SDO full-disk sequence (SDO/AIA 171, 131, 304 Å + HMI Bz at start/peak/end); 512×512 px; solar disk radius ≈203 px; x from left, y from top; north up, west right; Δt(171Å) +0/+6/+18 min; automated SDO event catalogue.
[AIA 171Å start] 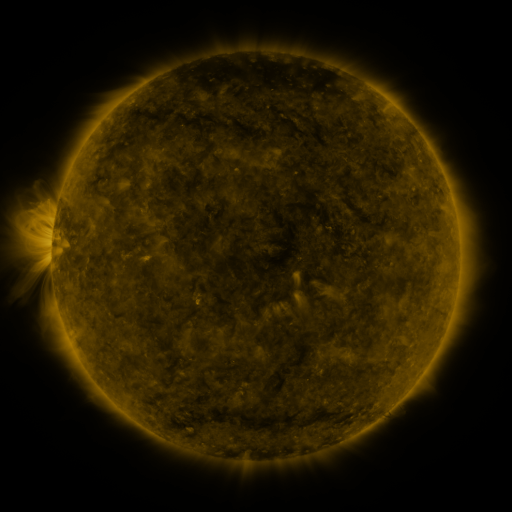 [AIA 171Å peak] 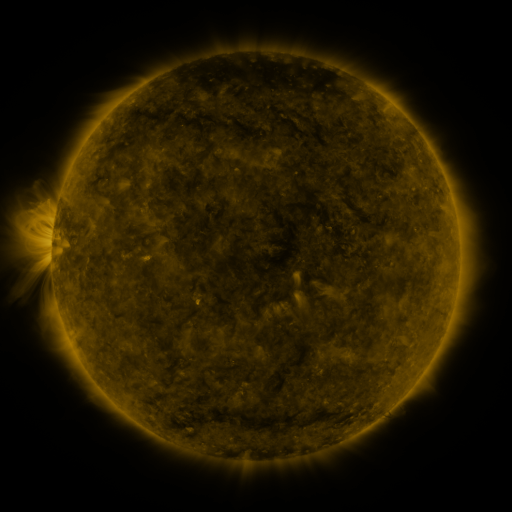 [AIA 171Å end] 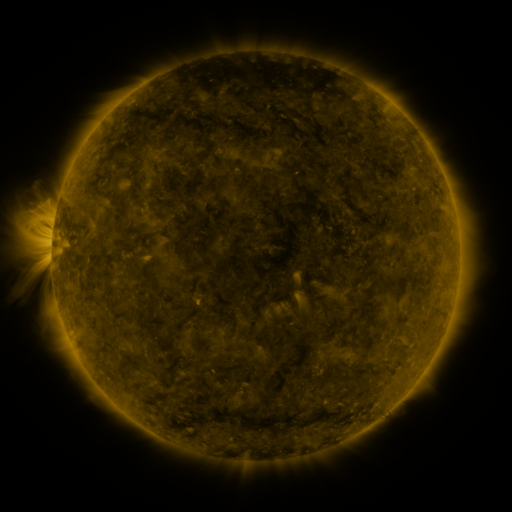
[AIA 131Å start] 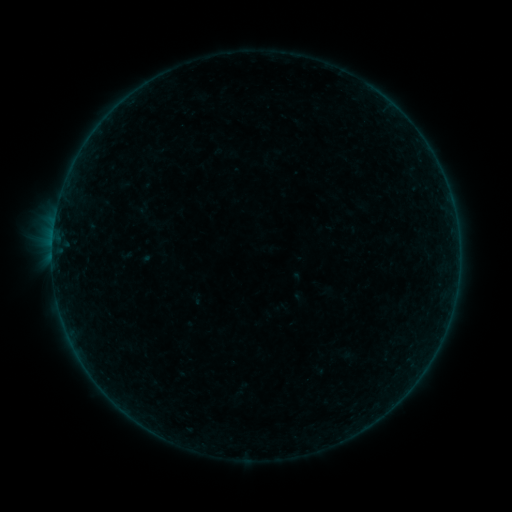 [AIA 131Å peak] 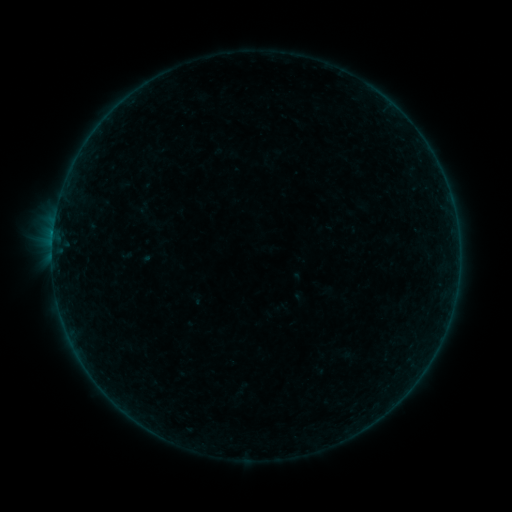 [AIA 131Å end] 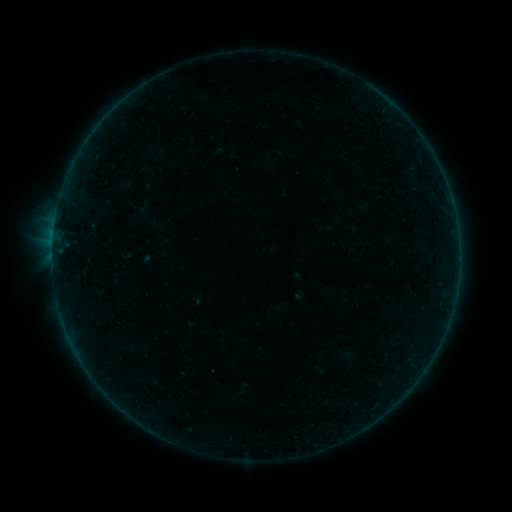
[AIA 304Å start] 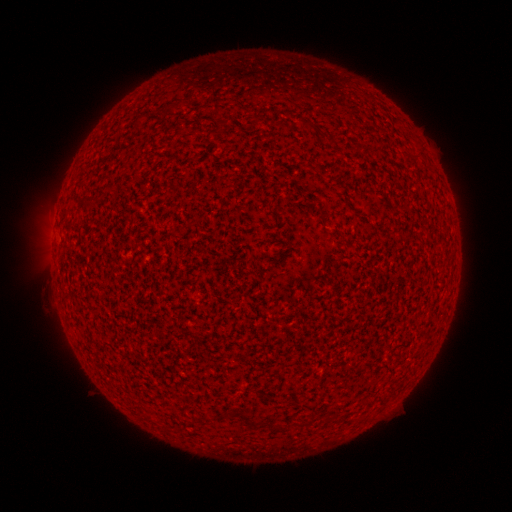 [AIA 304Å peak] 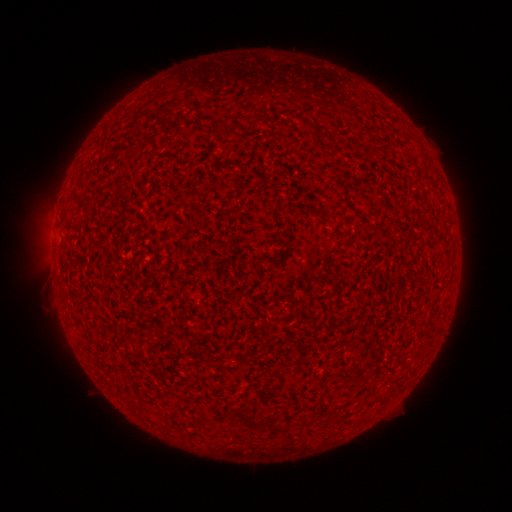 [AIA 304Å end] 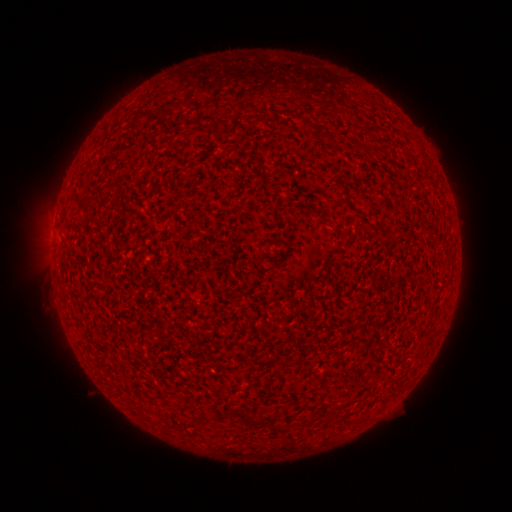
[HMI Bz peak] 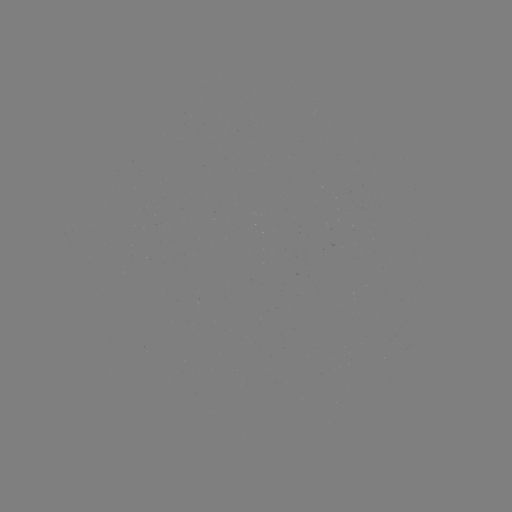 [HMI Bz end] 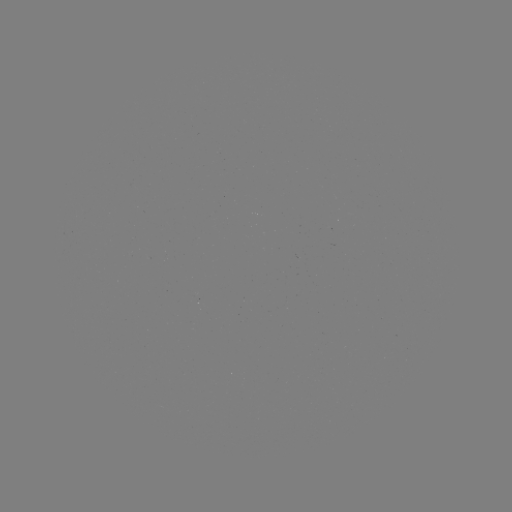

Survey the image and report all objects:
B1.2 flare: (53, 238)
